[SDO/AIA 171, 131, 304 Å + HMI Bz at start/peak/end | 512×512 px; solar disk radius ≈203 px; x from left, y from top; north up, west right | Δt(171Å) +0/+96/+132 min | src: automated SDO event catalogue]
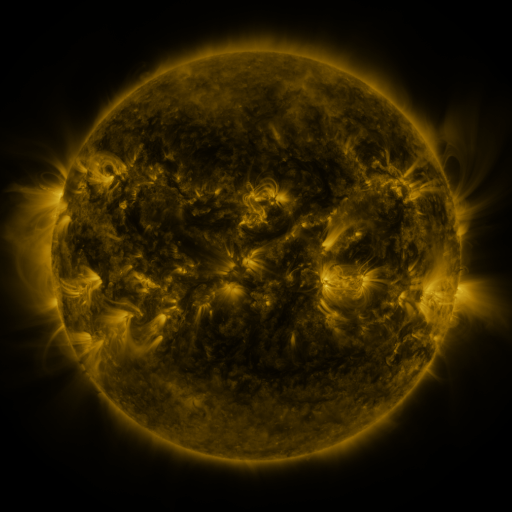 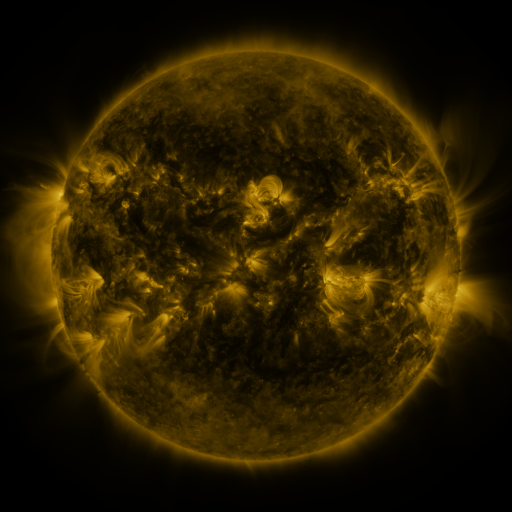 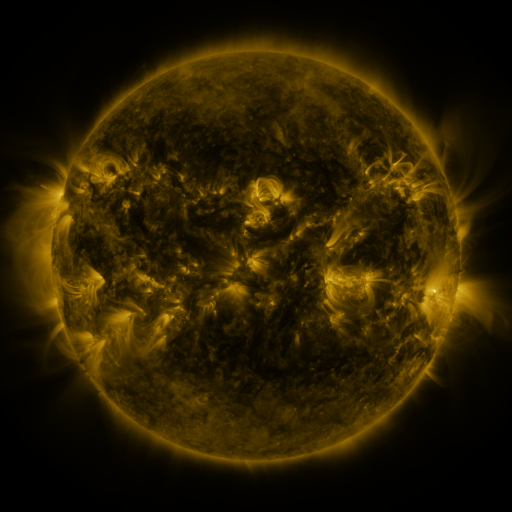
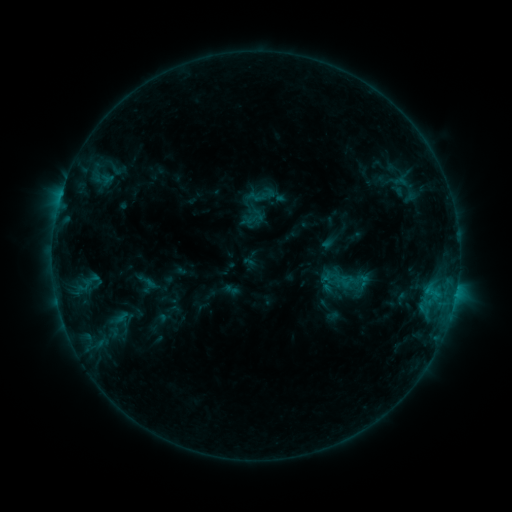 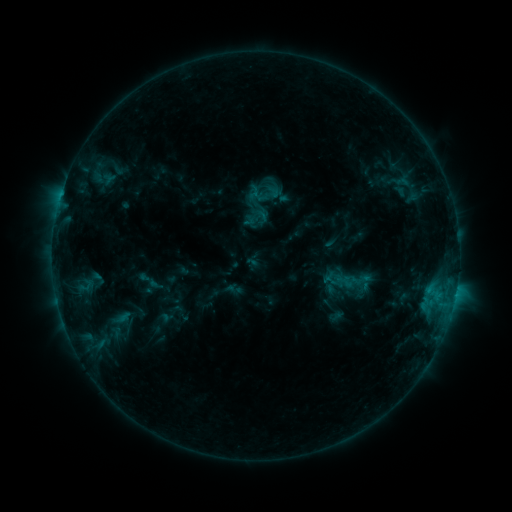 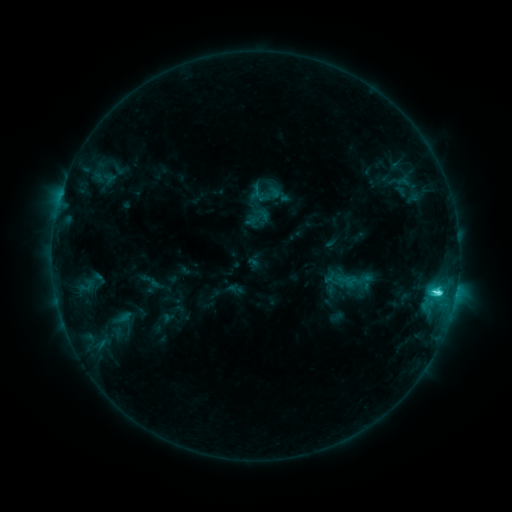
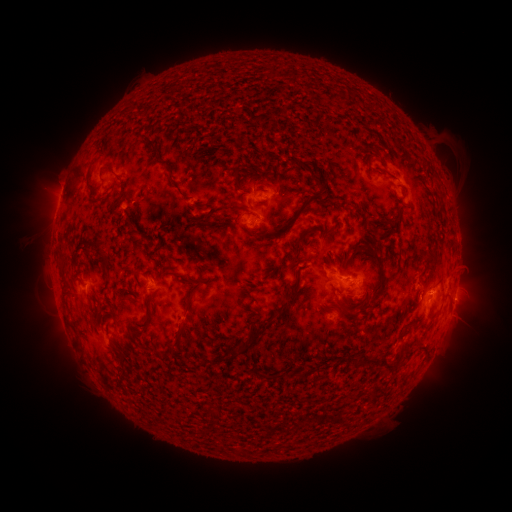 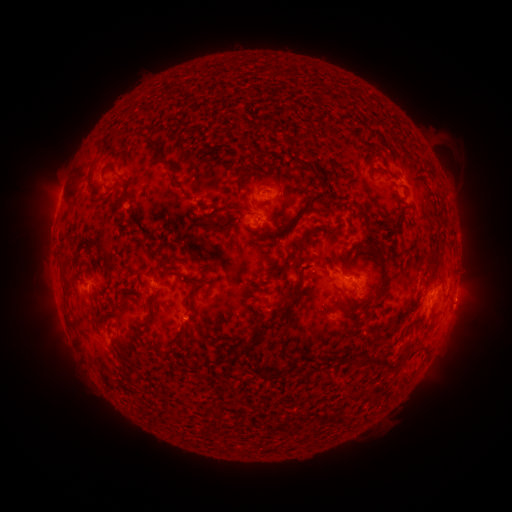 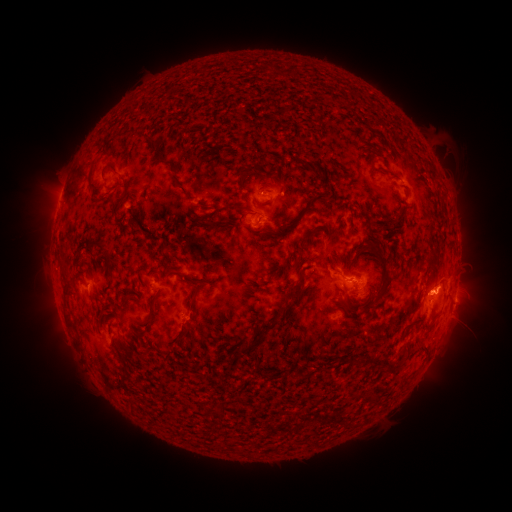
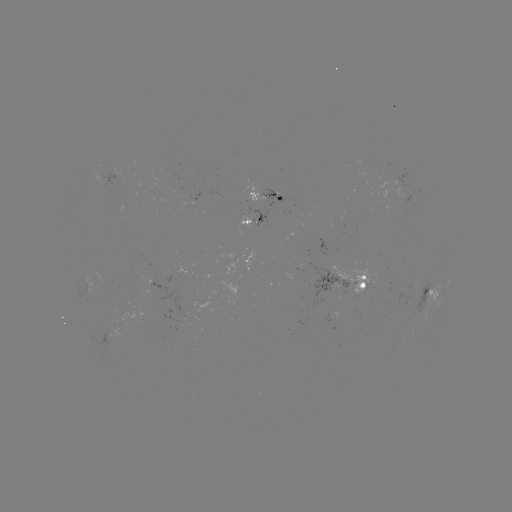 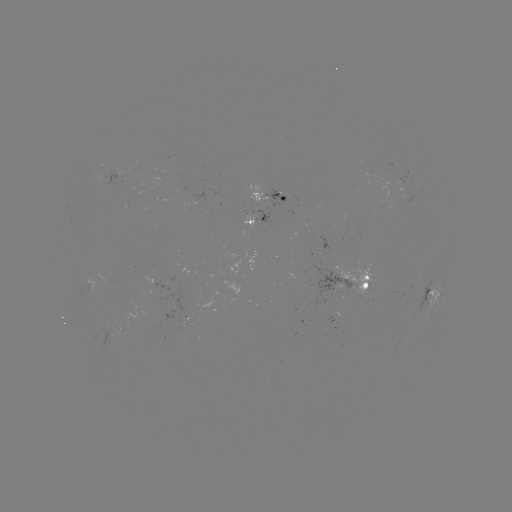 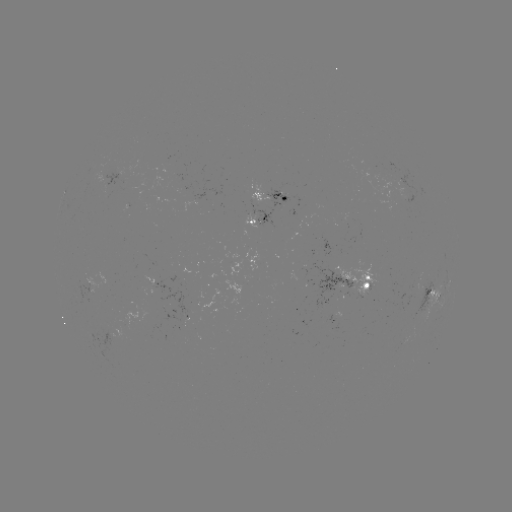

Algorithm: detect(emerging-flux region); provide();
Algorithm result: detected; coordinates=[111, 329]